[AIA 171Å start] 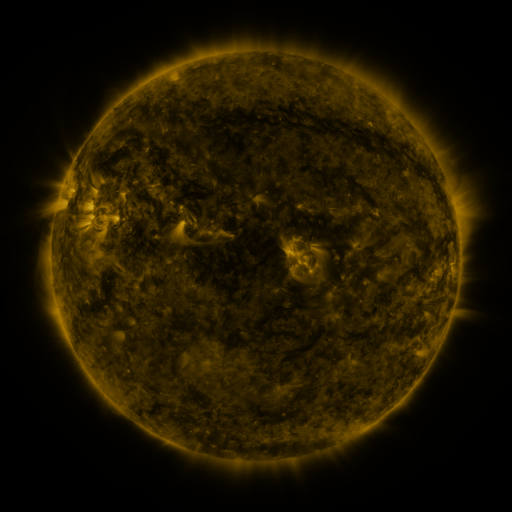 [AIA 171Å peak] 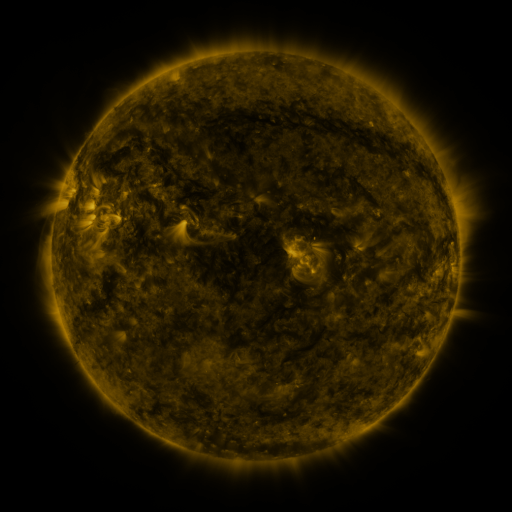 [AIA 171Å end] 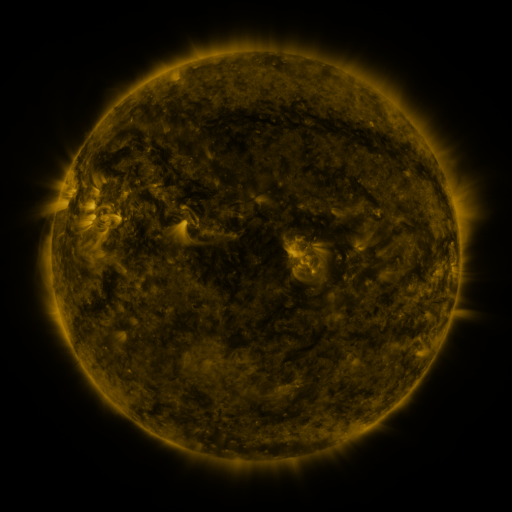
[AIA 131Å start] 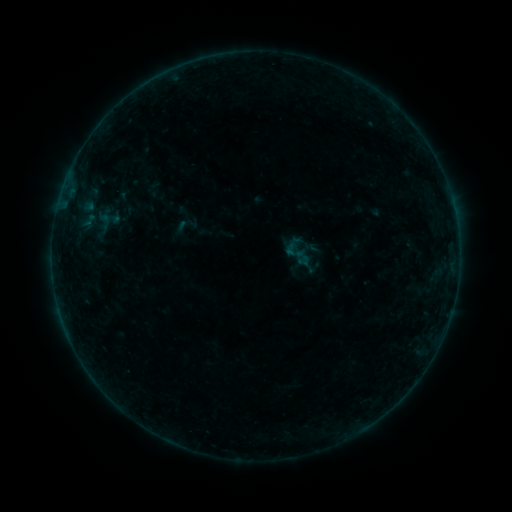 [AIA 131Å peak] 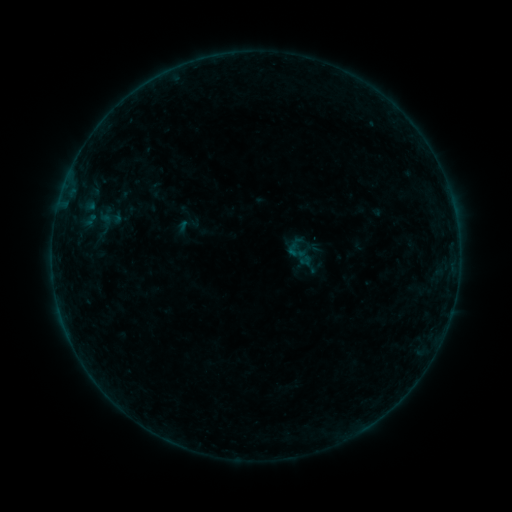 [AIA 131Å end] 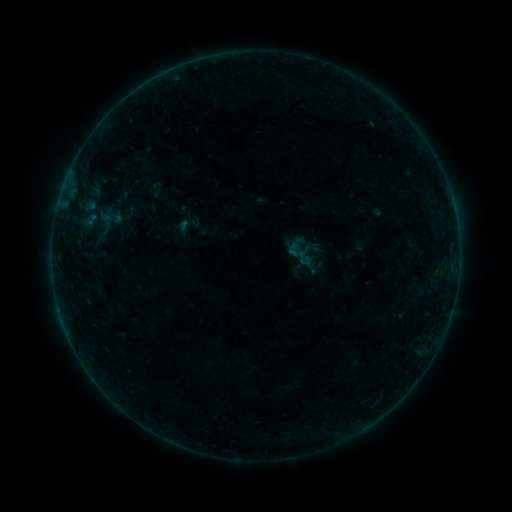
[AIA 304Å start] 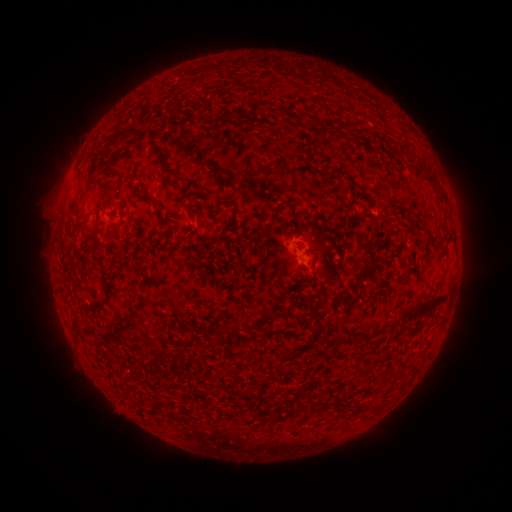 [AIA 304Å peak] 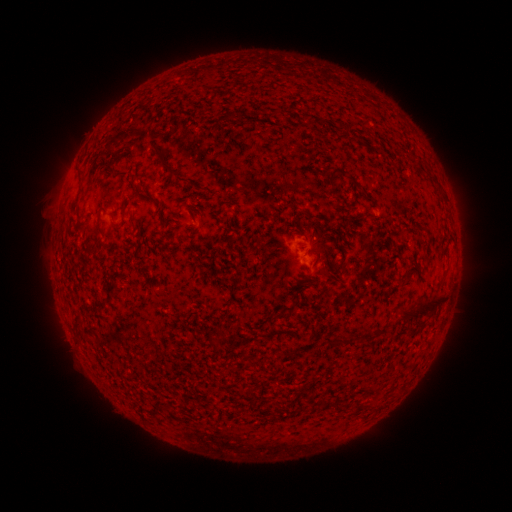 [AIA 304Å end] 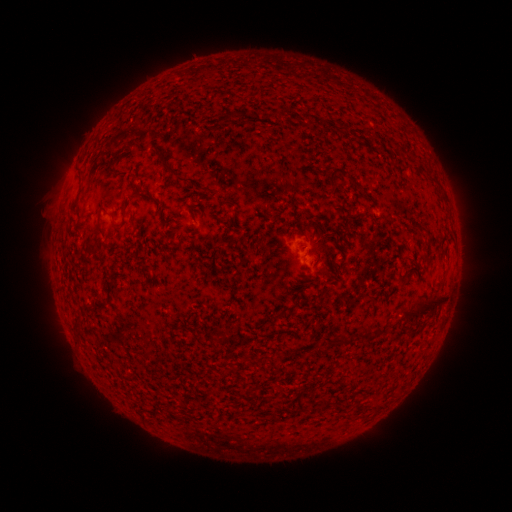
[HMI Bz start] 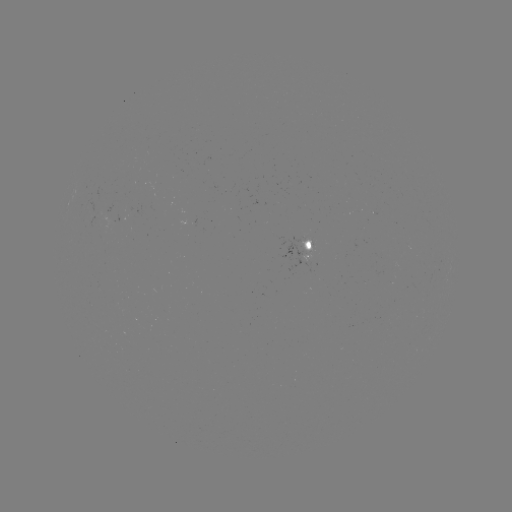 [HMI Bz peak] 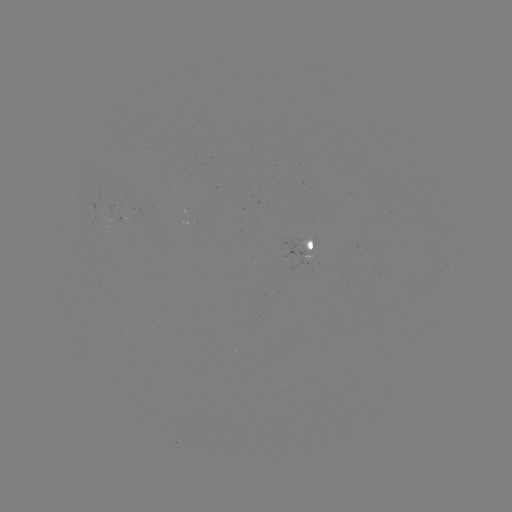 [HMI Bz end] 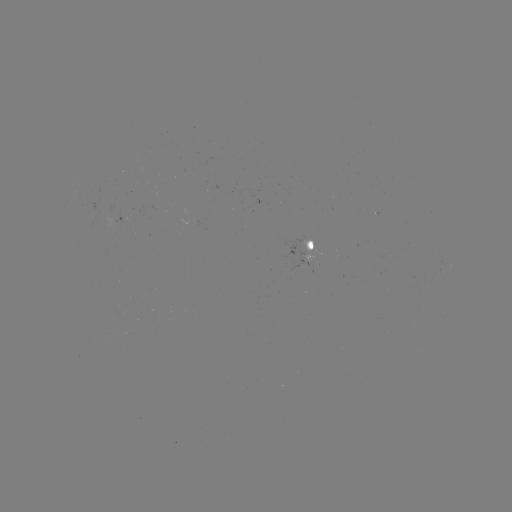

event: emerging-flux region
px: (311, 245)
